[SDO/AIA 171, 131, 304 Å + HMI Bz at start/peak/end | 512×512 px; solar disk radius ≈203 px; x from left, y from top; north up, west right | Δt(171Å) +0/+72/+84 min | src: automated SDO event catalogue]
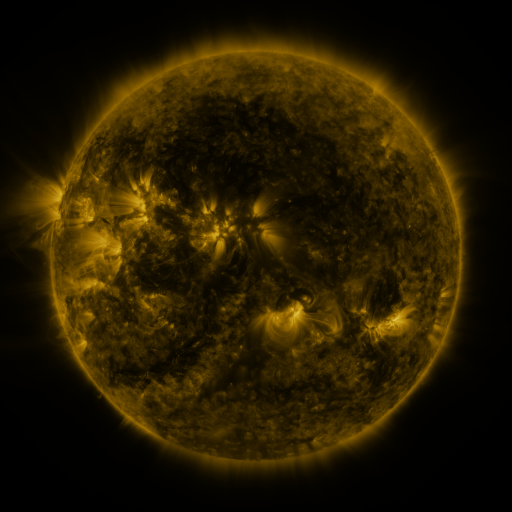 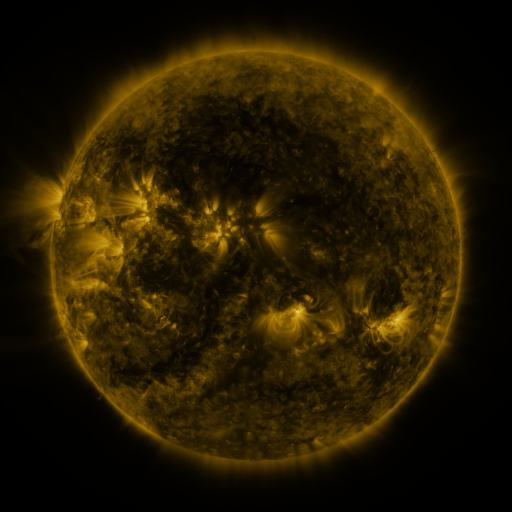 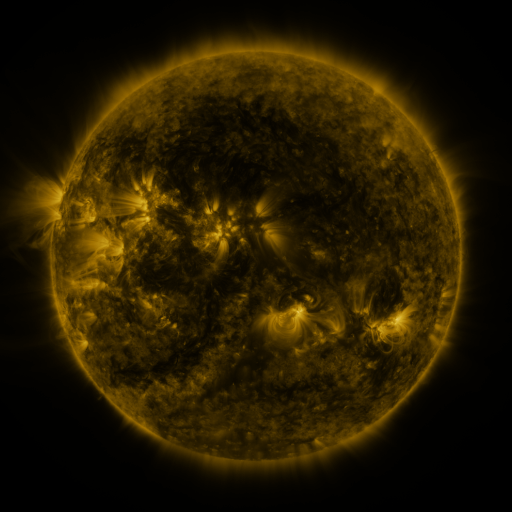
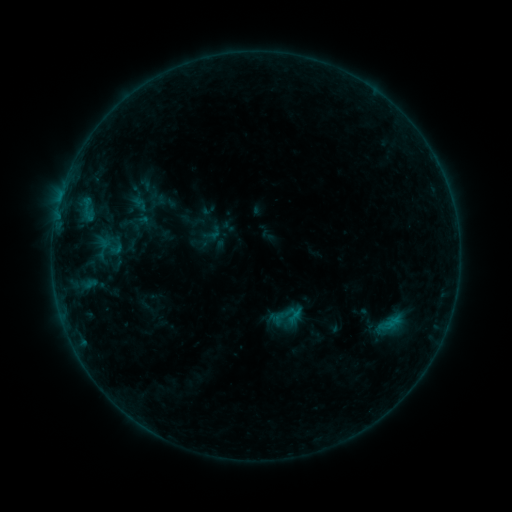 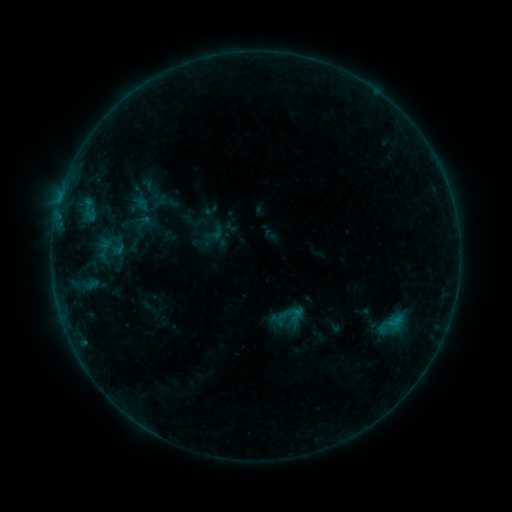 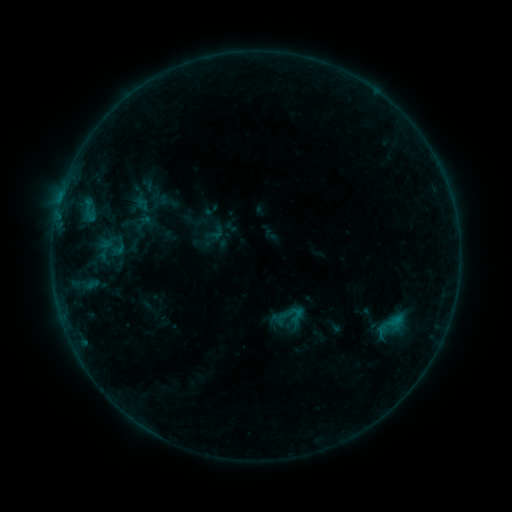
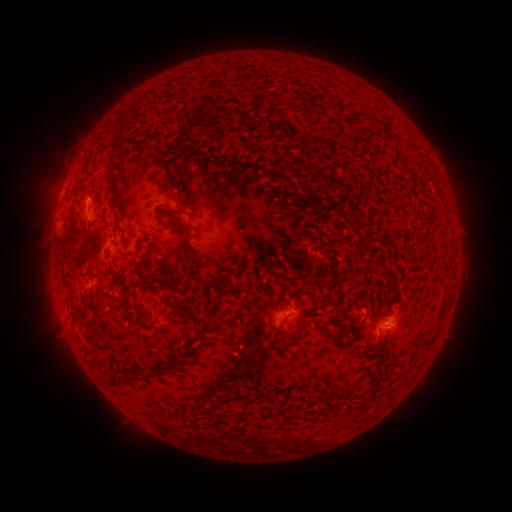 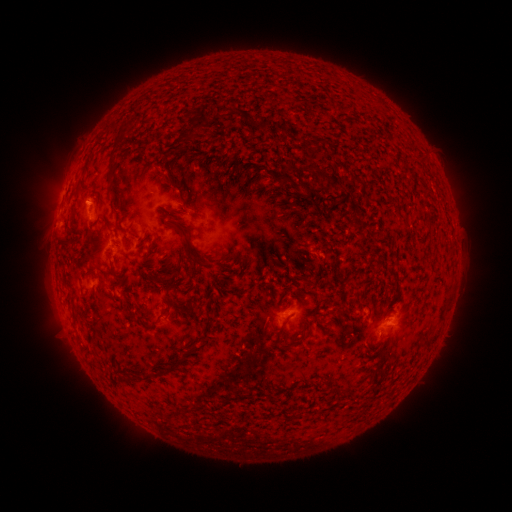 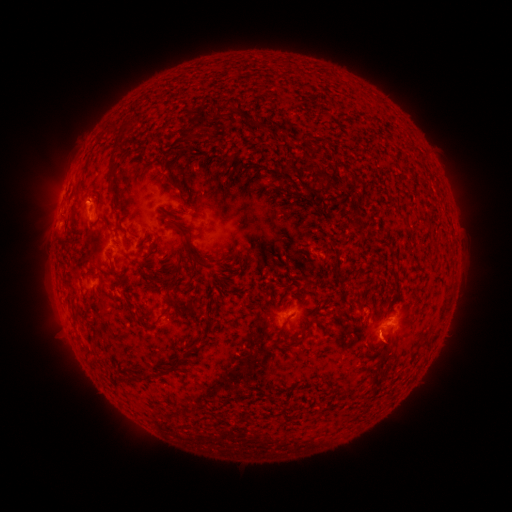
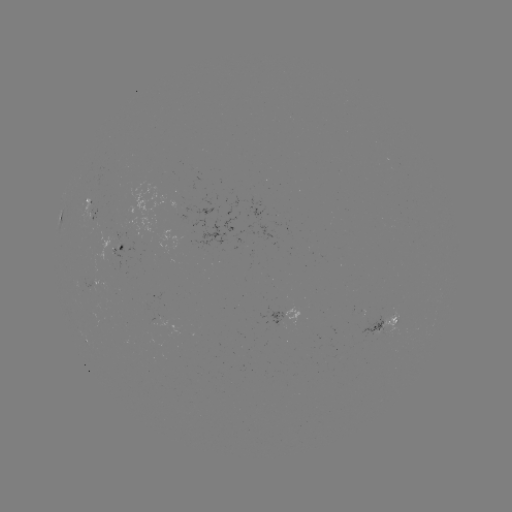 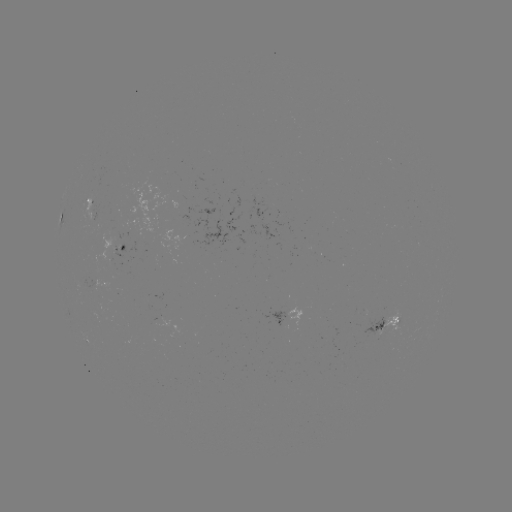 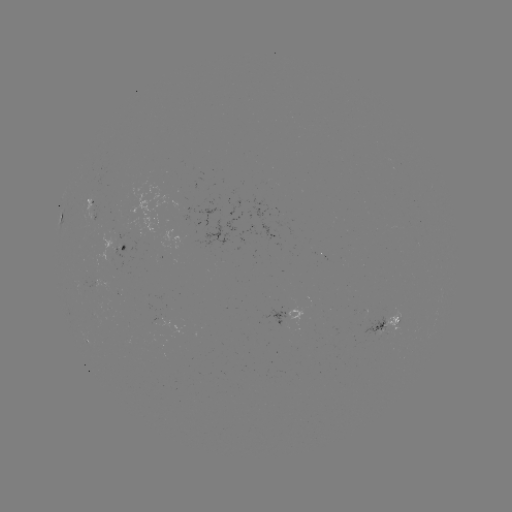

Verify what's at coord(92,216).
emerging-flux region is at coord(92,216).